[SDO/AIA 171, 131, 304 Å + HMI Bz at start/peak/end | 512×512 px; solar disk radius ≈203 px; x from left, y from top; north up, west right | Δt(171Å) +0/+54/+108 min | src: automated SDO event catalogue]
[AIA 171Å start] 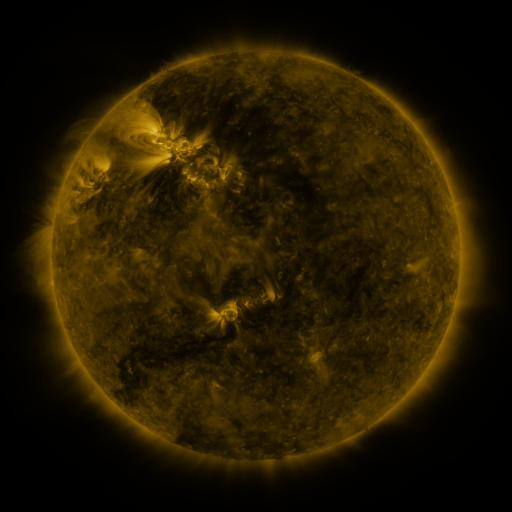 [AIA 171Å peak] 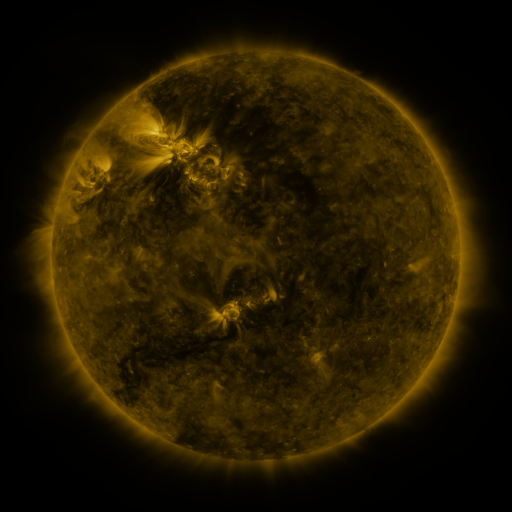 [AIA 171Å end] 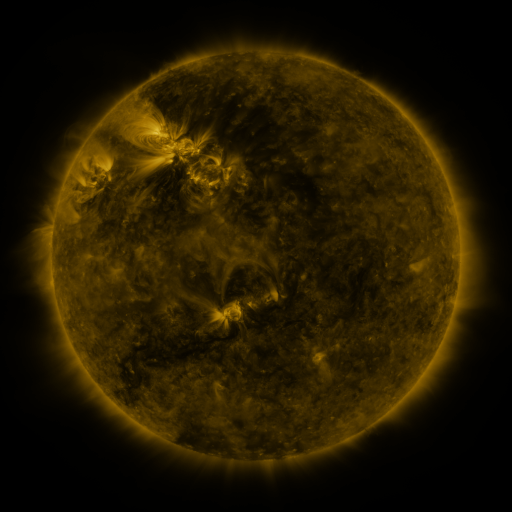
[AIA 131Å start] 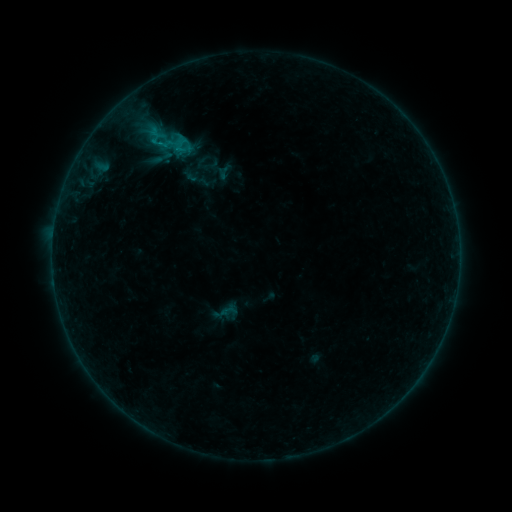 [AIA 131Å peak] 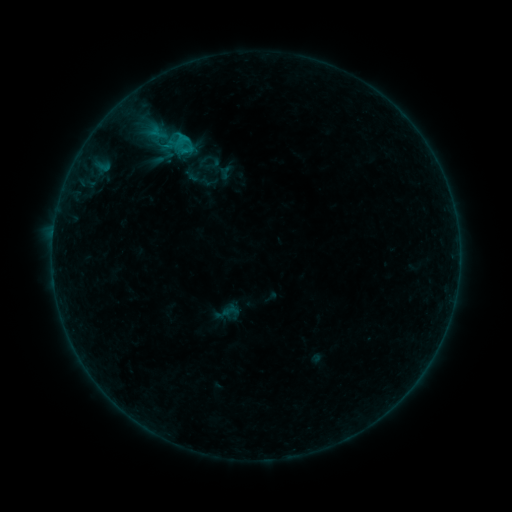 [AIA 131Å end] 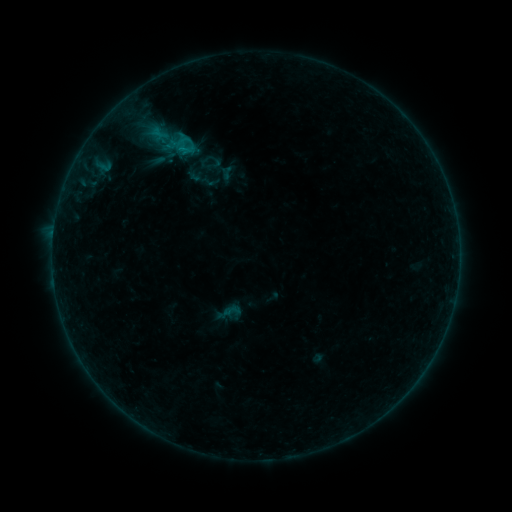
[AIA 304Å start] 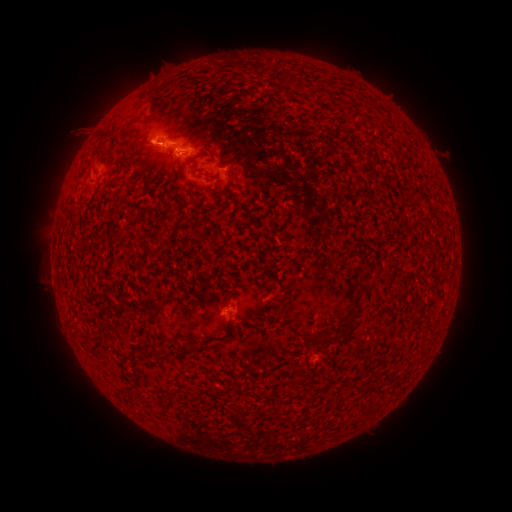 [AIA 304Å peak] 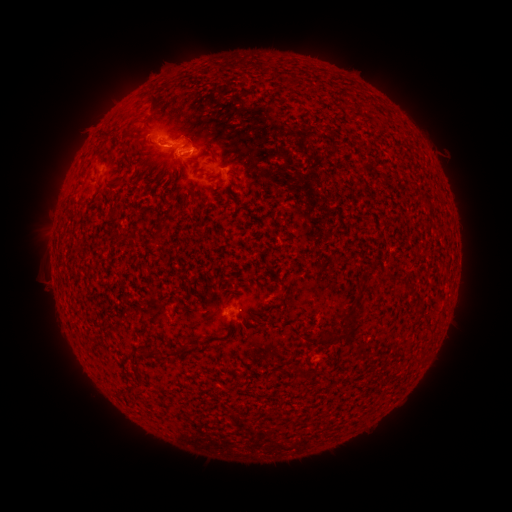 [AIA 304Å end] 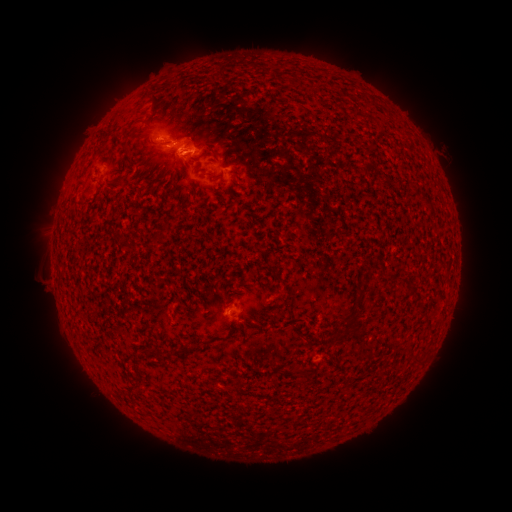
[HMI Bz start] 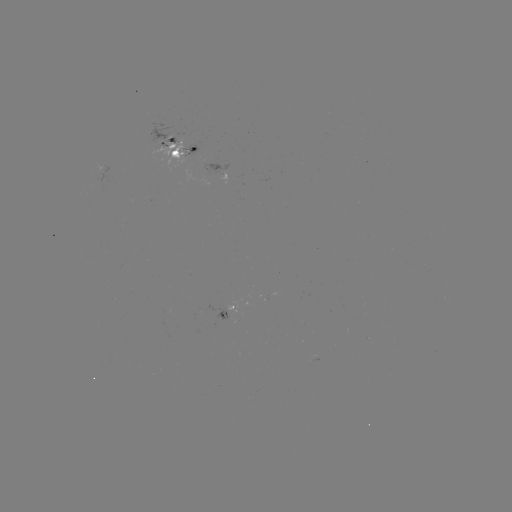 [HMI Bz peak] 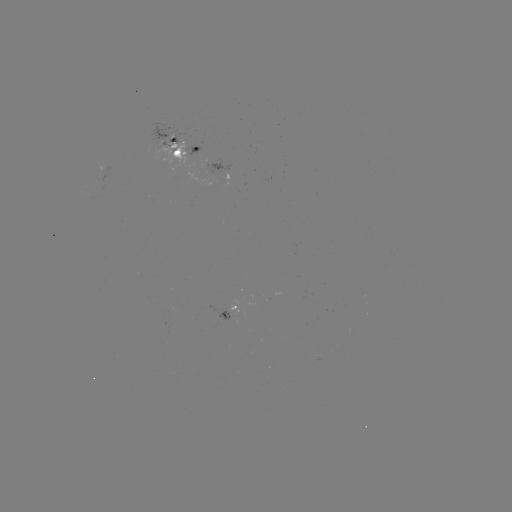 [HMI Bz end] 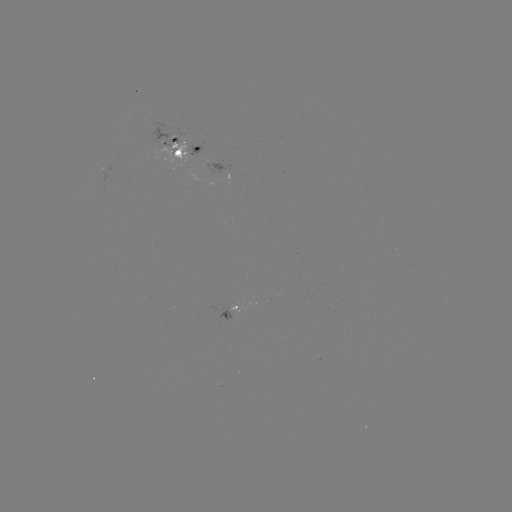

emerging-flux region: (158, 140, 185, 164)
